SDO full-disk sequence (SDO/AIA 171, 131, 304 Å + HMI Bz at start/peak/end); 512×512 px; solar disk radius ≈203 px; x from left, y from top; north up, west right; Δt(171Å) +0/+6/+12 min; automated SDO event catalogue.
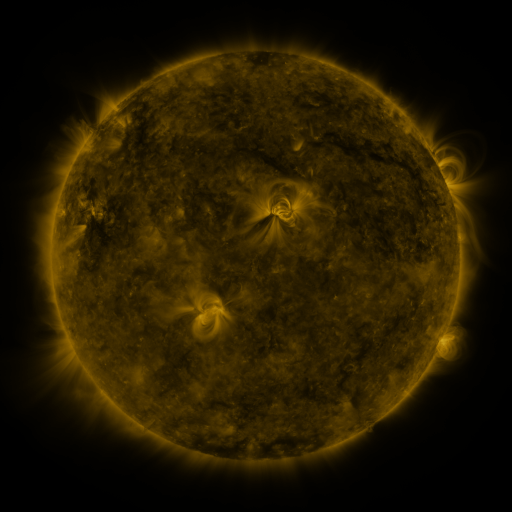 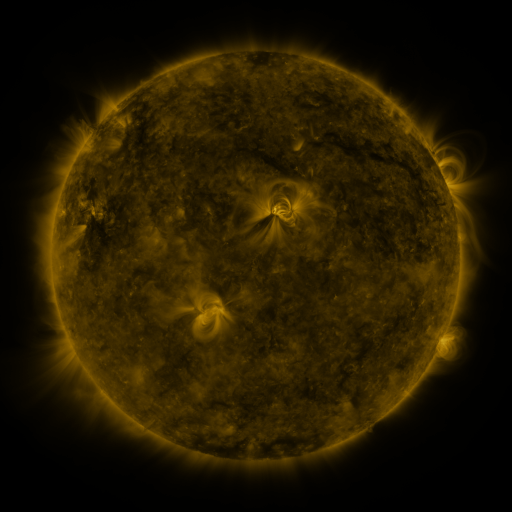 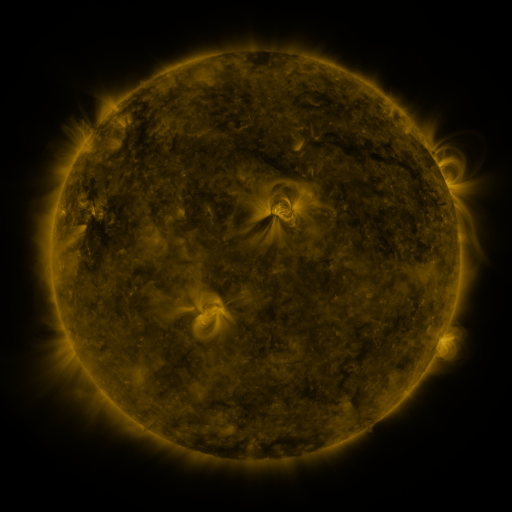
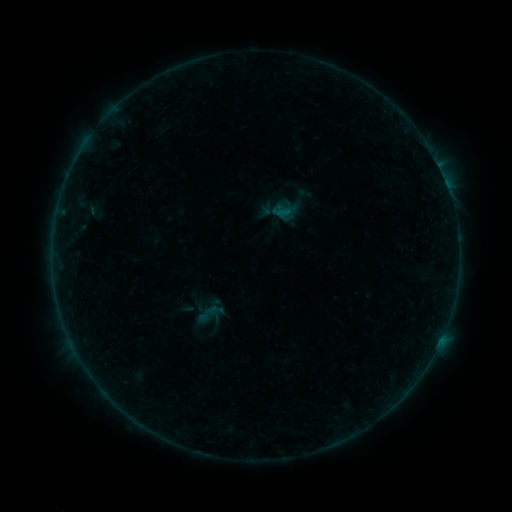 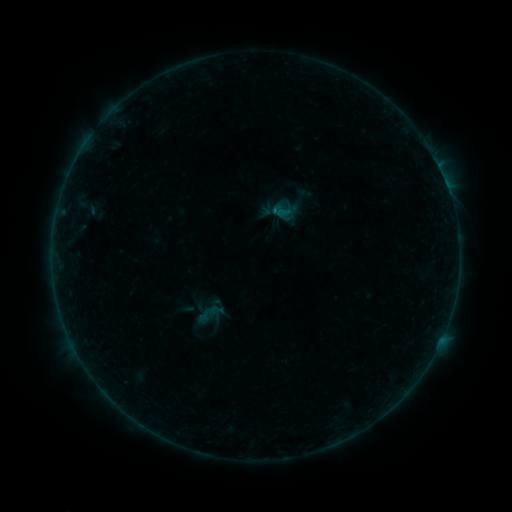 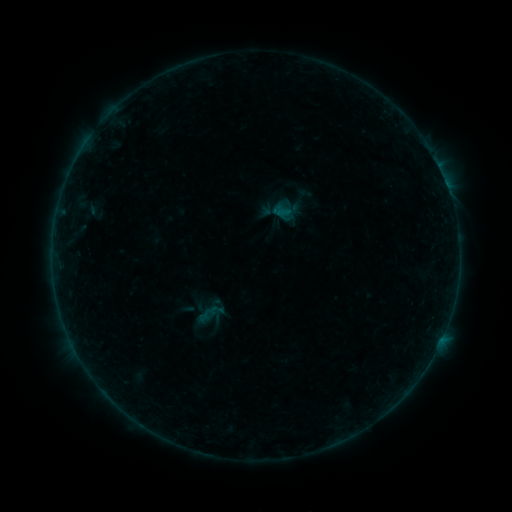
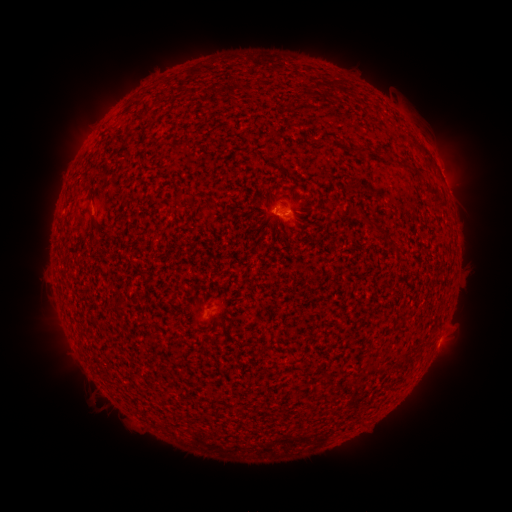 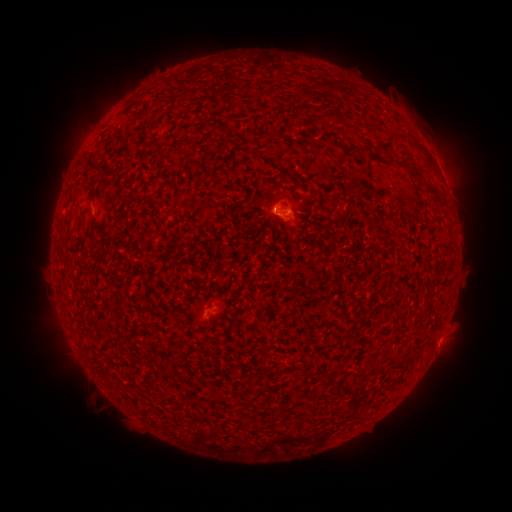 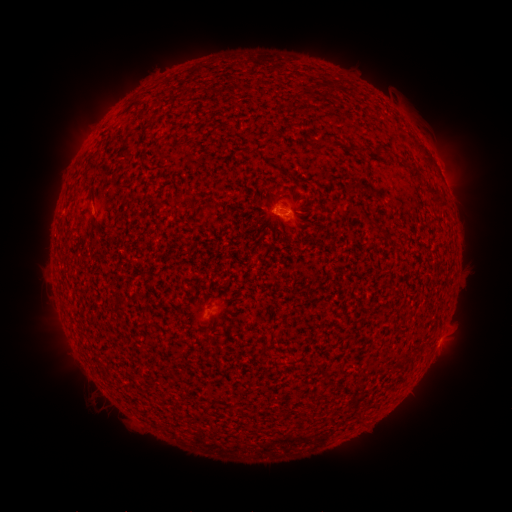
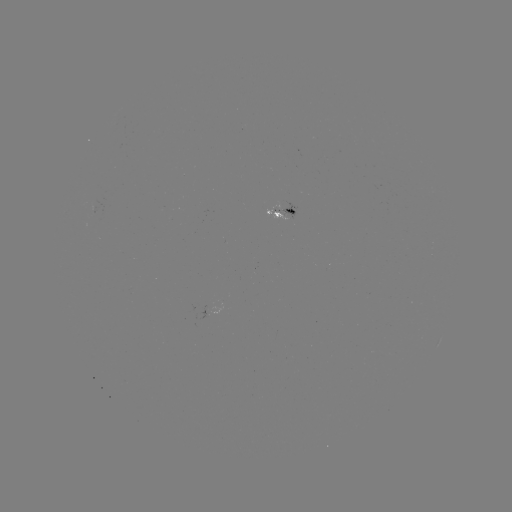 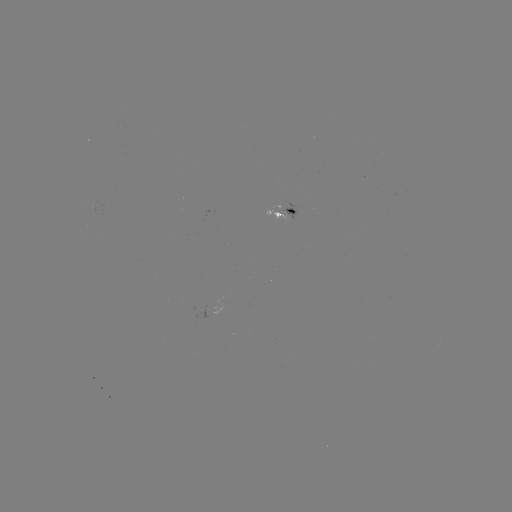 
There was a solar flare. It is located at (273, 213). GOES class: B1.9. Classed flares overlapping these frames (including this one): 1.